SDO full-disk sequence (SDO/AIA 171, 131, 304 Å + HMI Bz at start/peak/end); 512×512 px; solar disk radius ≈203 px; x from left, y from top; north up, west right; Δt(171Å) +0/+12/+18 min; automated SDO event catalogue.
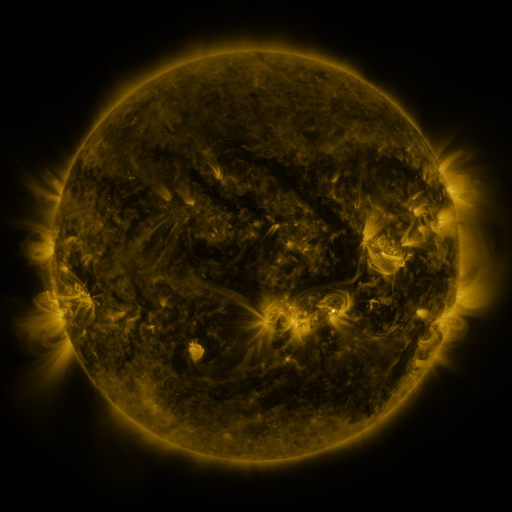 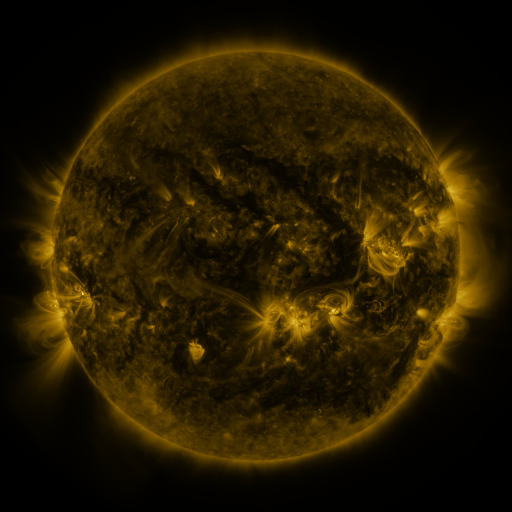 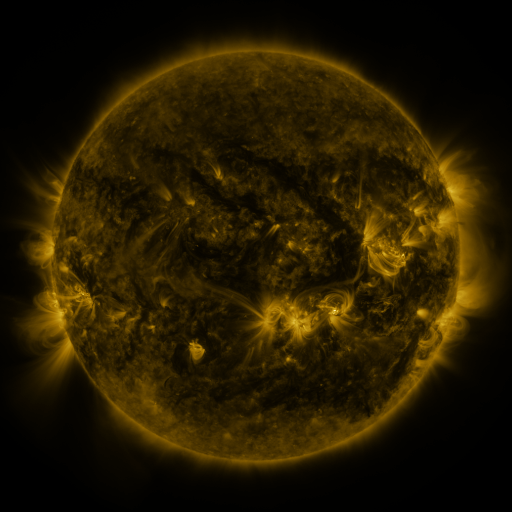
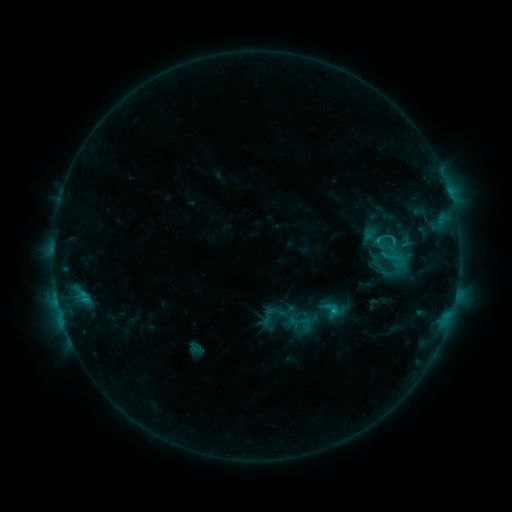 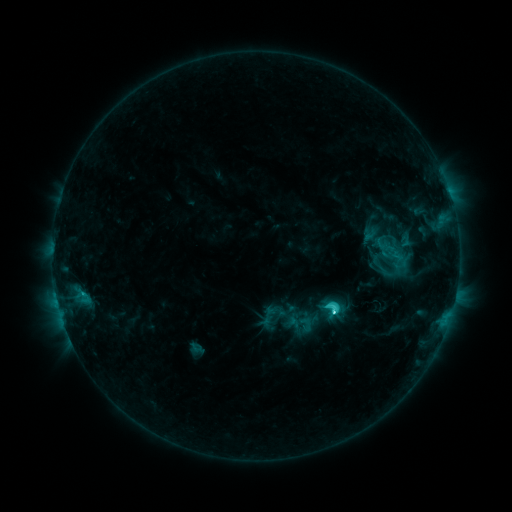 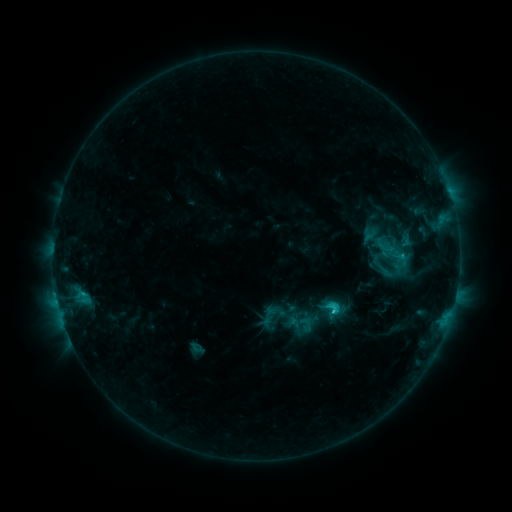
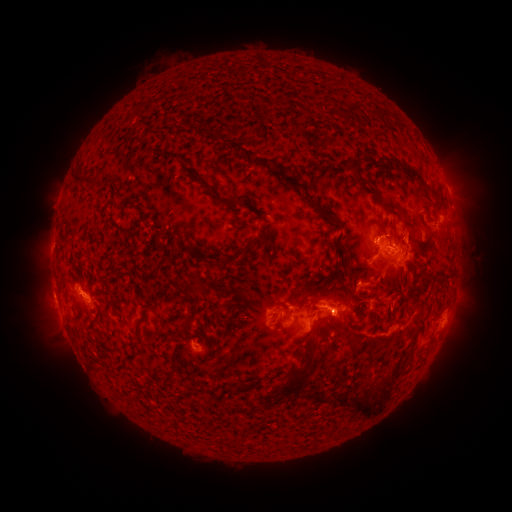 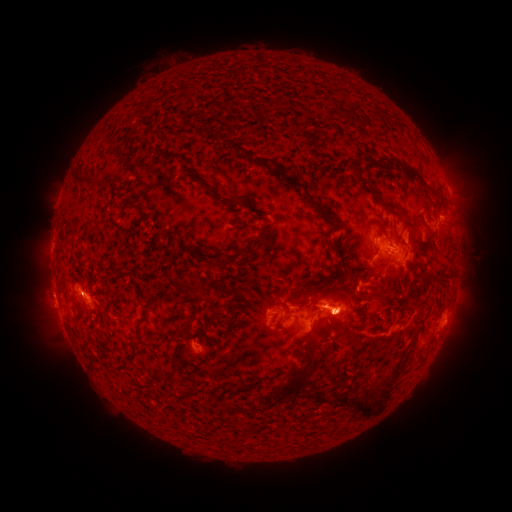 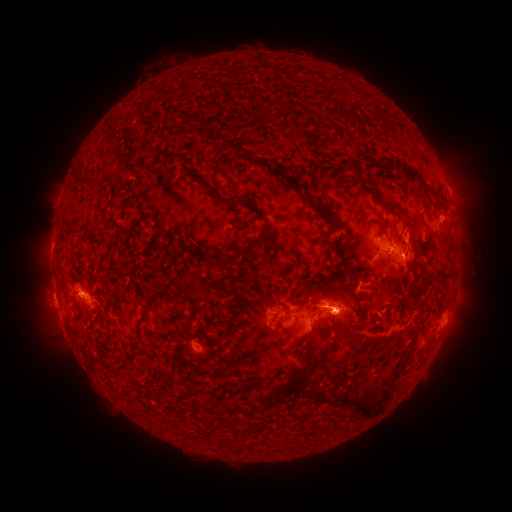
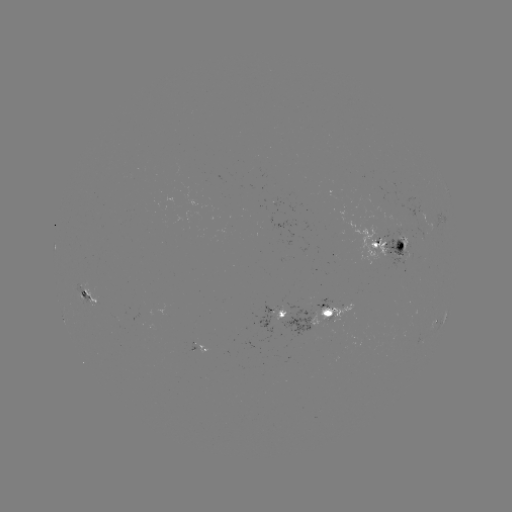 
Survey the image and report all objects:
C5.2 flare: (334, 310)
